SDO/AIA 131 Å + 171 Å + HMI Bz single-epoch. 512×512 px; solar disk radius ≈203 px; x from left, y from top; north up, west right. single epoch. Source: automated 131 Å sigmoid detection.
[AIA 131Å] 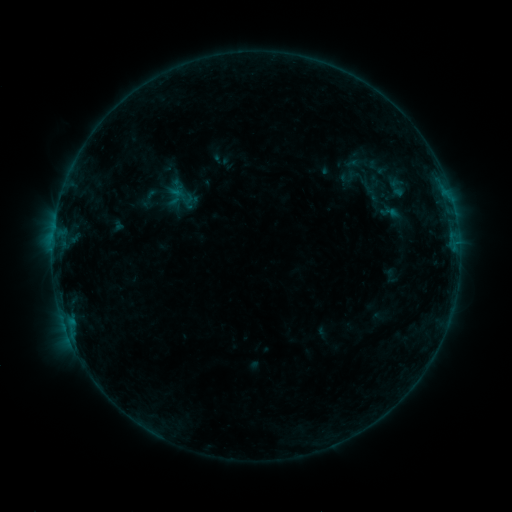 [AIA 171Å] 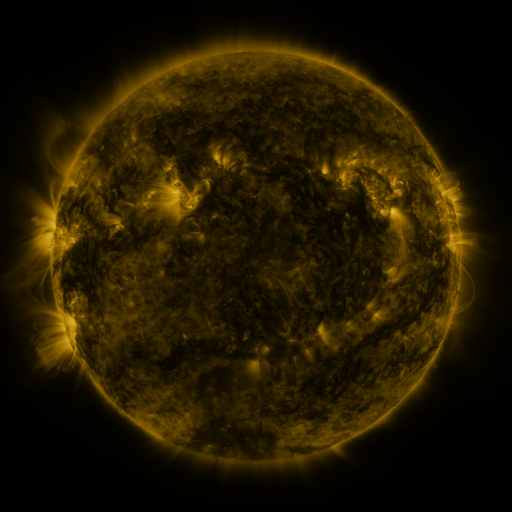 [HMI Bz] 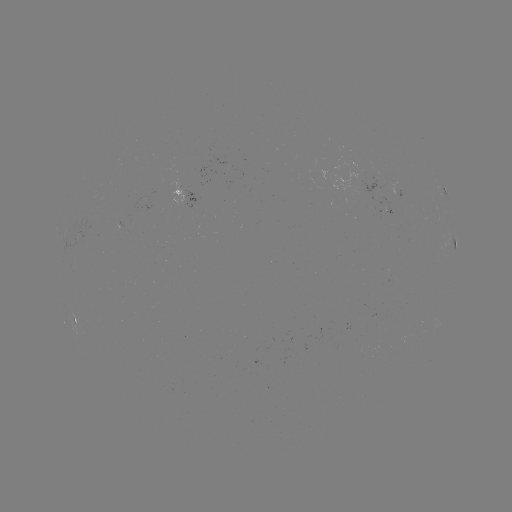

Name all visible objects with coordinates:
sigmoid: (398, 187)
